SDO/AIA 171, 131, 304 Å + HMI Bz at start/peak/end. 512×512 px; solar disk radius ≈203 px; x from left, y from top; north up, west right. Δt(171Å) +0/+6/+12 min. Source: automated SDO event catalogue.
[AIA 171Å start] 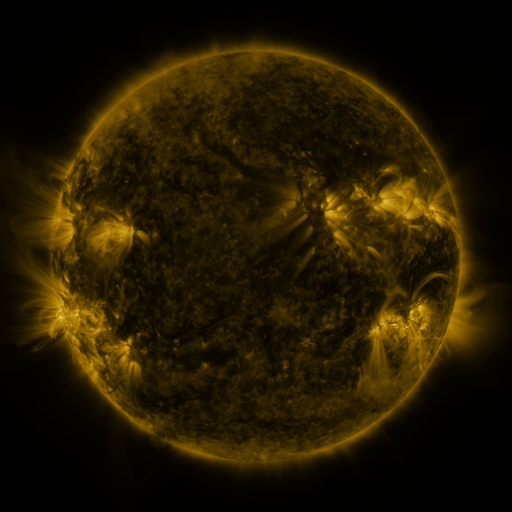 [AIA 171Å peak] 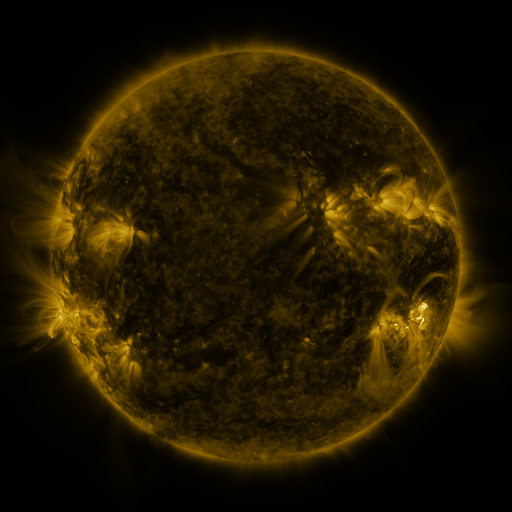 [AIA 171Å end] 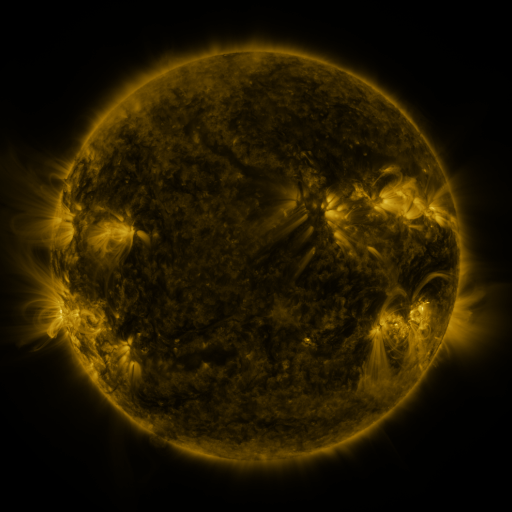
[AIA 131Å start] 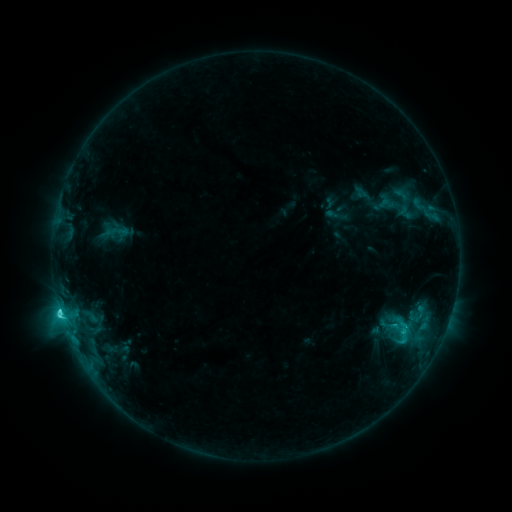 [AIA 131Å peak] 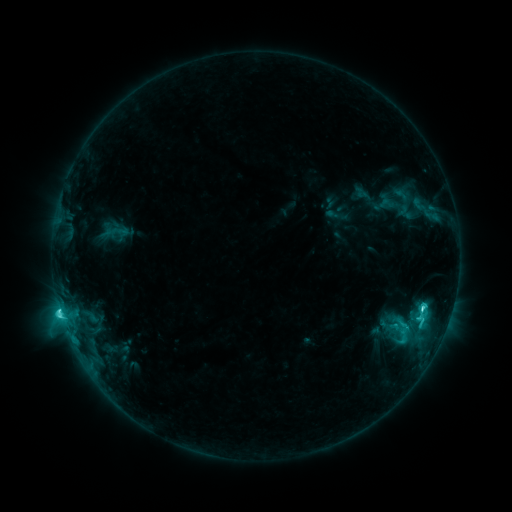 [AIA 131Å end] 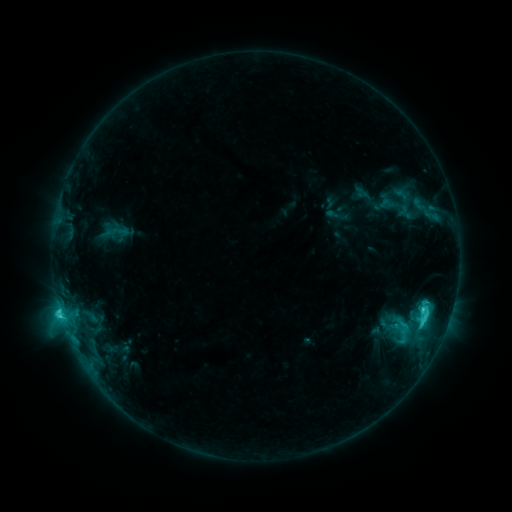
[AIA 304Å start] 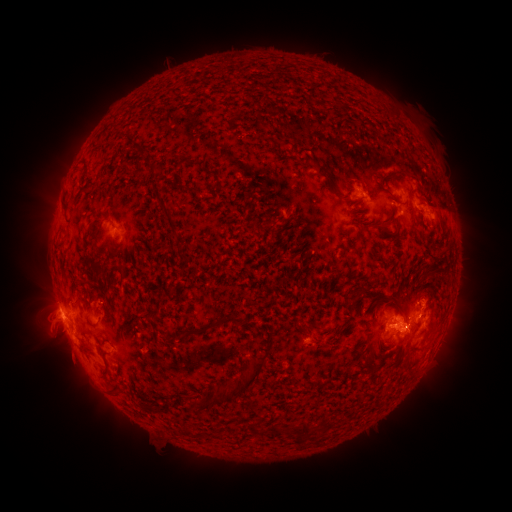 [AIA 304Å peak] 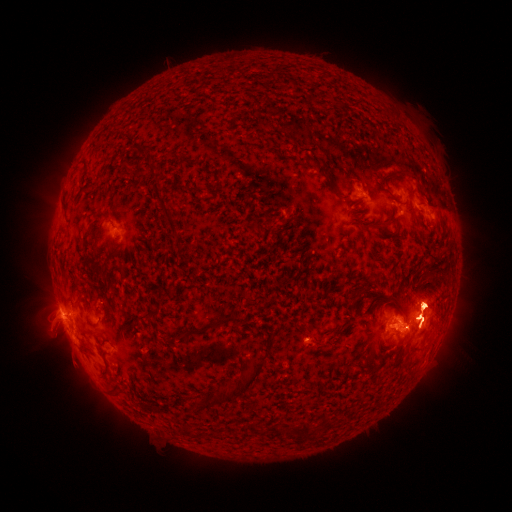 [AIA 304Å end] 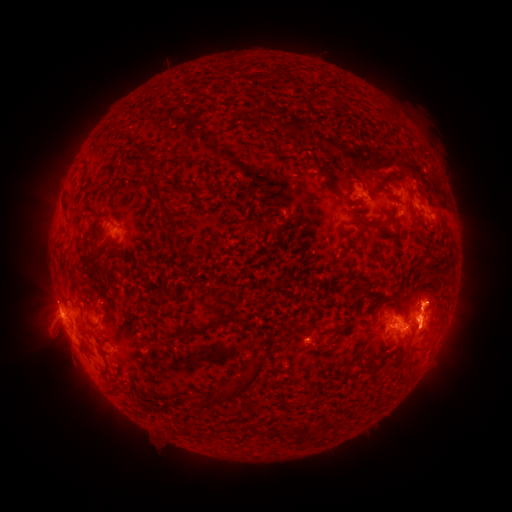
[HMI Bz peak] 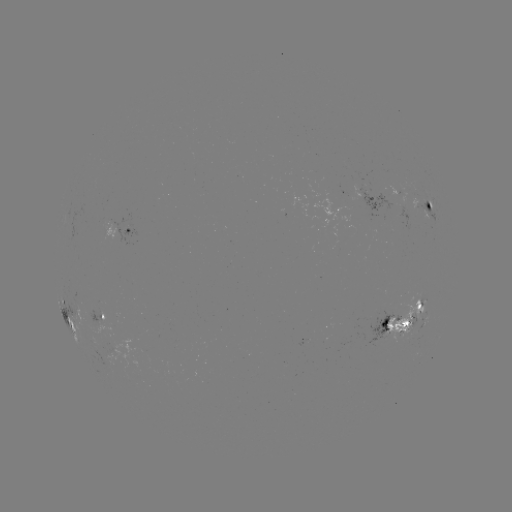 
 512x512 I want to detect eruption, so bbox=[18, 272, 122, 417].